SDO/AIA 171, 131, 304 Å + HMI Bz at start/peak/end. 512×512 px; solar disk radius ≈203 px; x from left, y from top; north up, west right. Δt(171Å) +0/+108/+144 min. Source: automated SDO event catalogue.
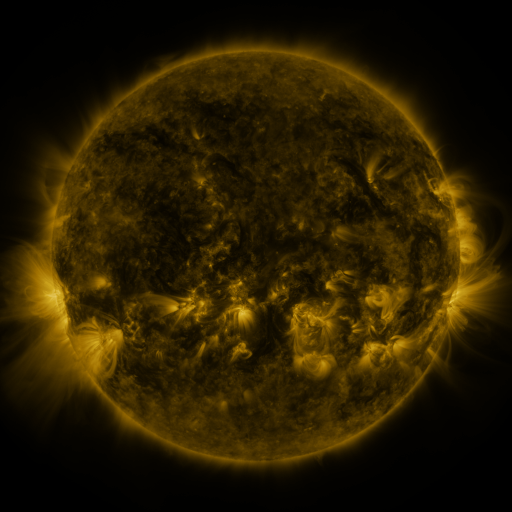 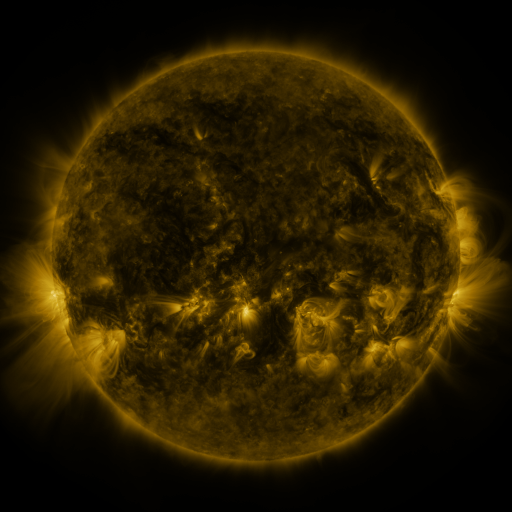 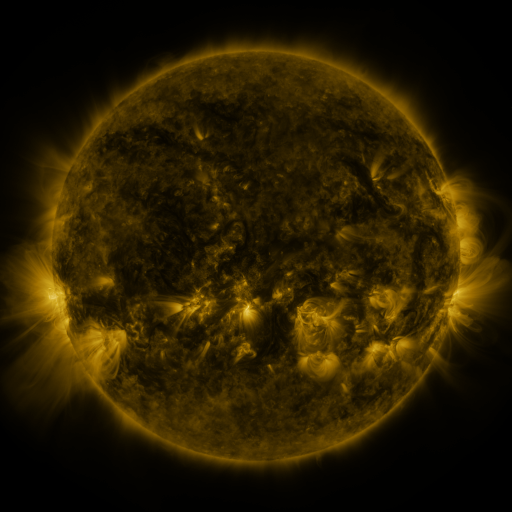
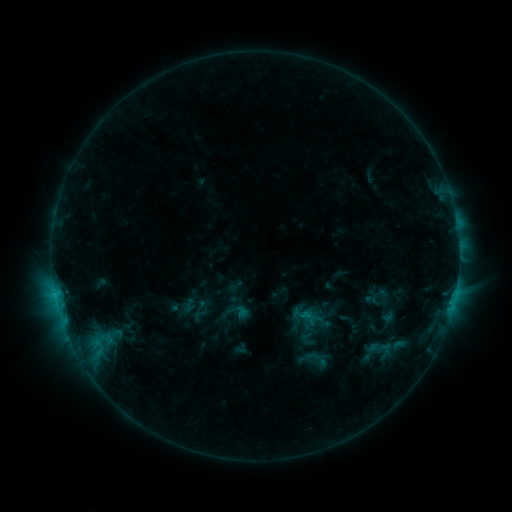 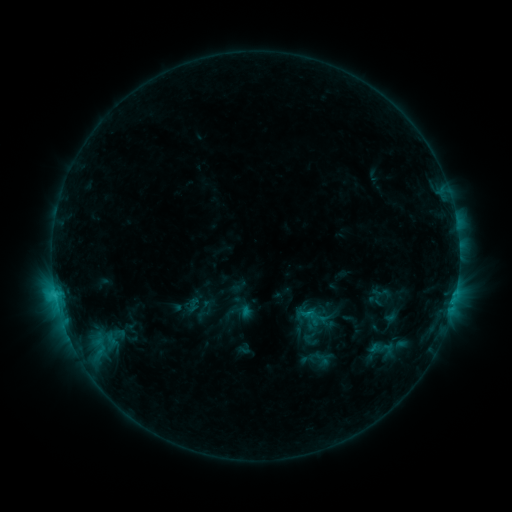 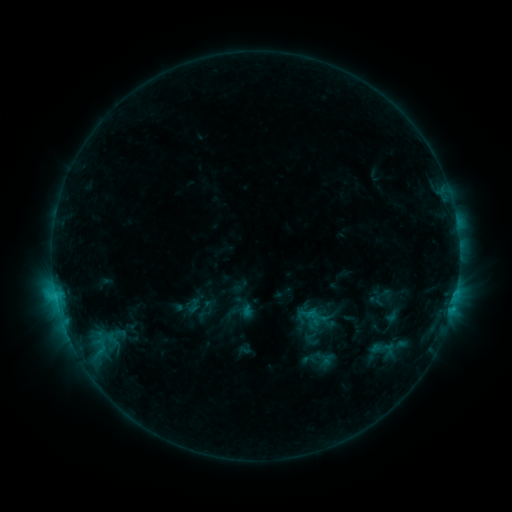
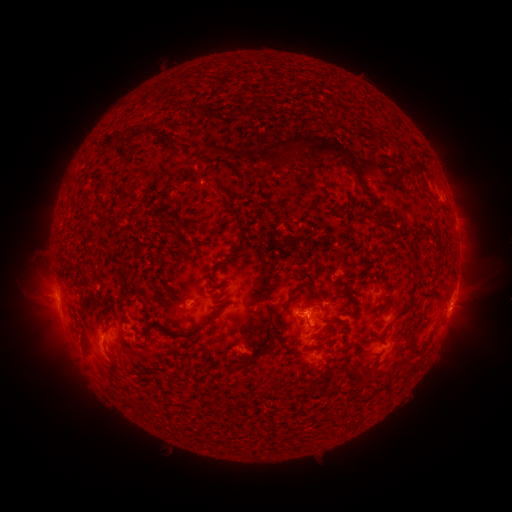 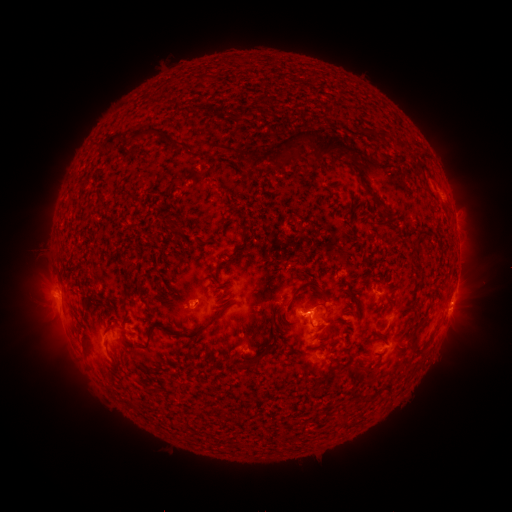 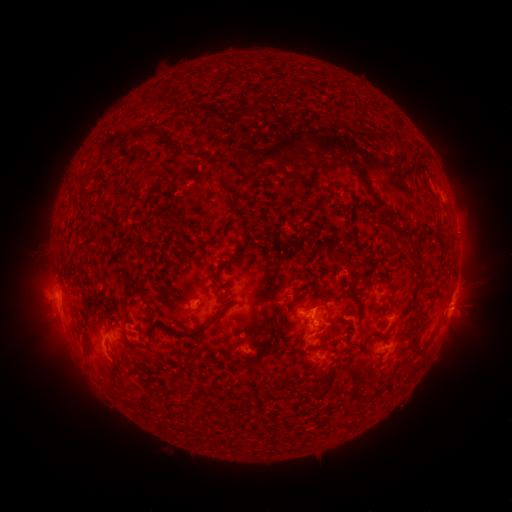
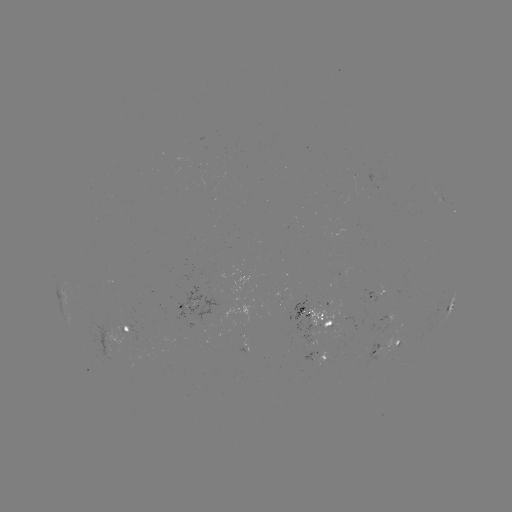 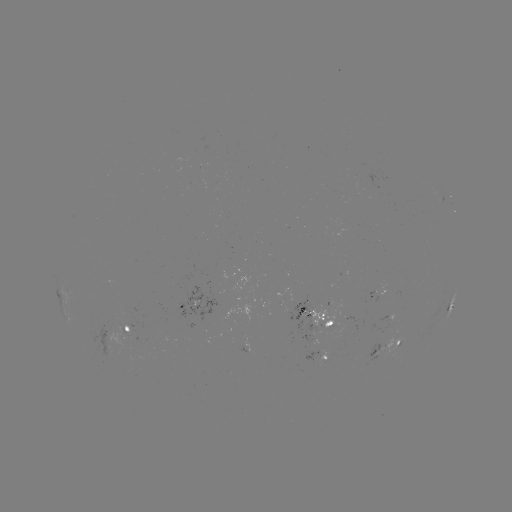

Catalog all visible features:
emerging-flux region: (148, 341)
